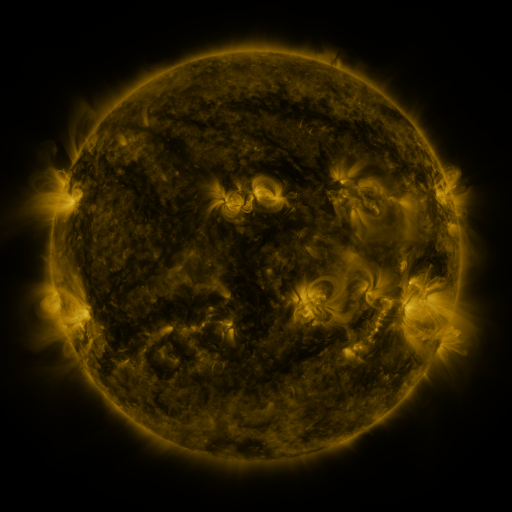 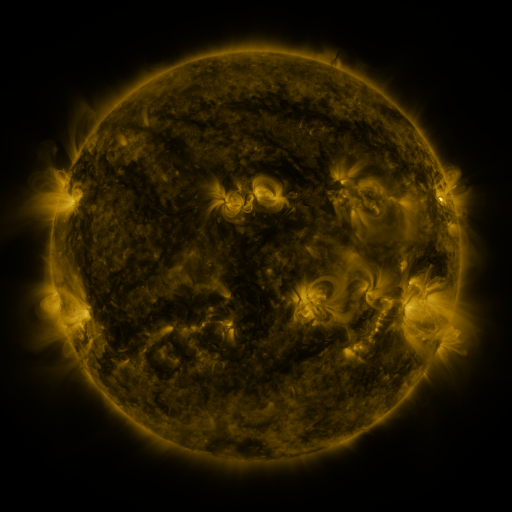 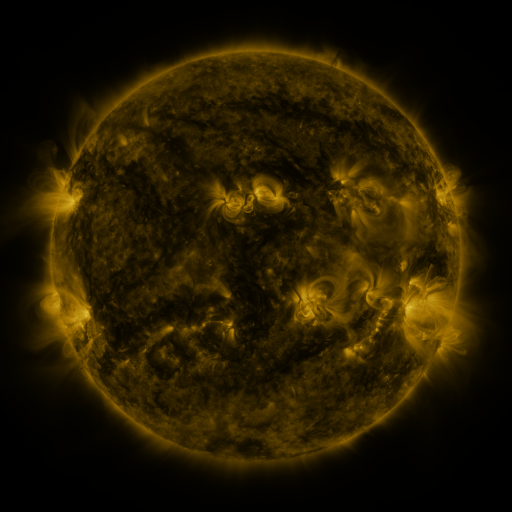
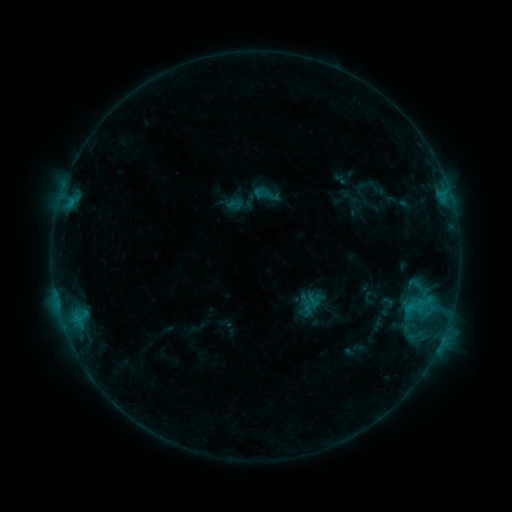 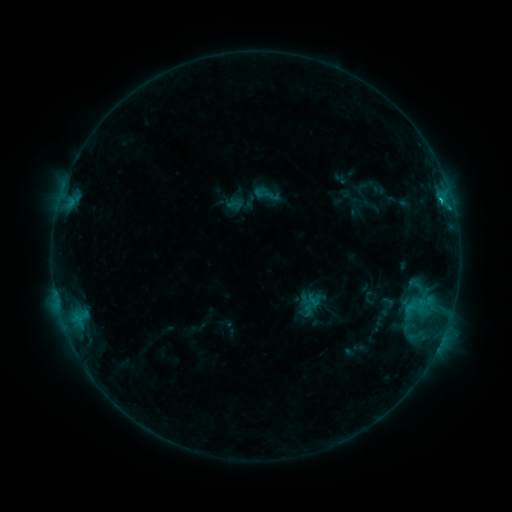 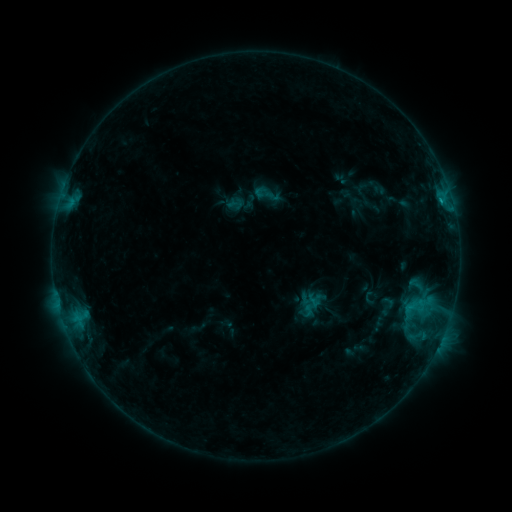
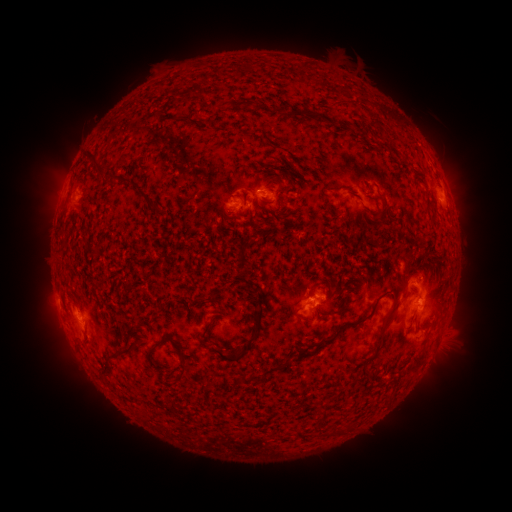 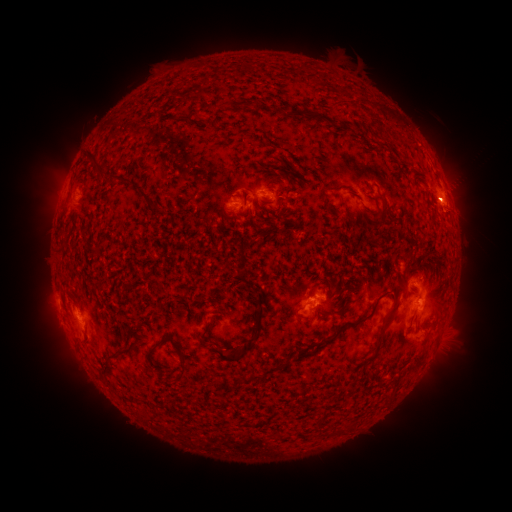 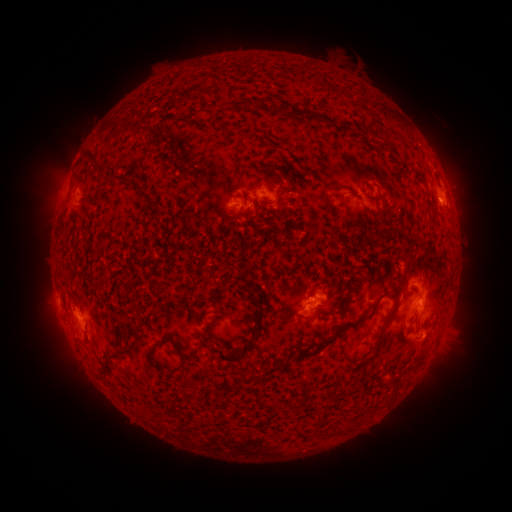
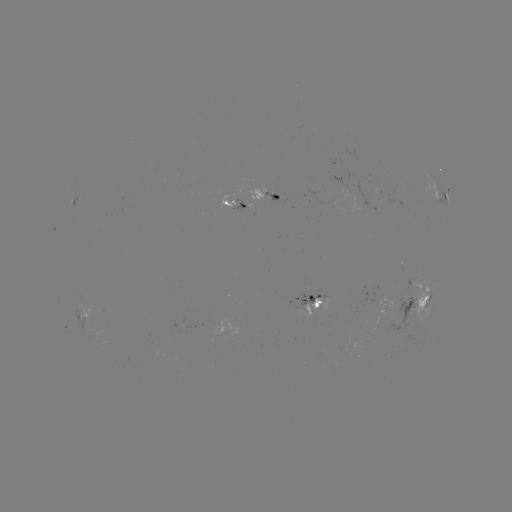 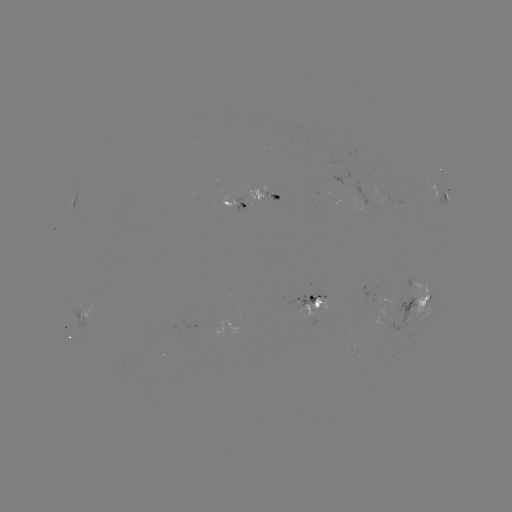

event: flare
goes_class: B9.5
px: (440, 201)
